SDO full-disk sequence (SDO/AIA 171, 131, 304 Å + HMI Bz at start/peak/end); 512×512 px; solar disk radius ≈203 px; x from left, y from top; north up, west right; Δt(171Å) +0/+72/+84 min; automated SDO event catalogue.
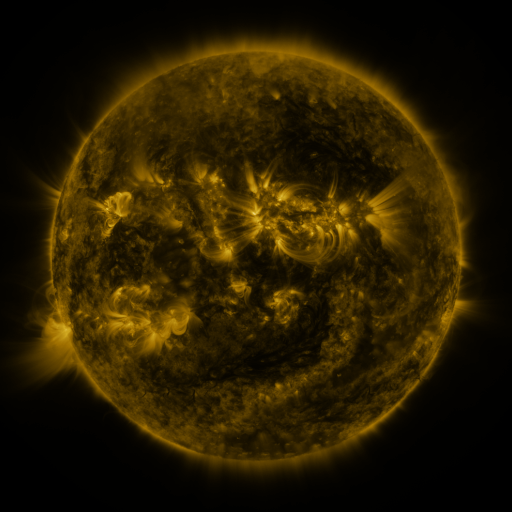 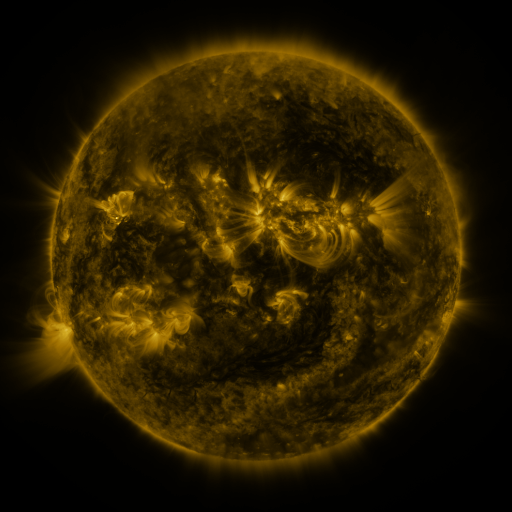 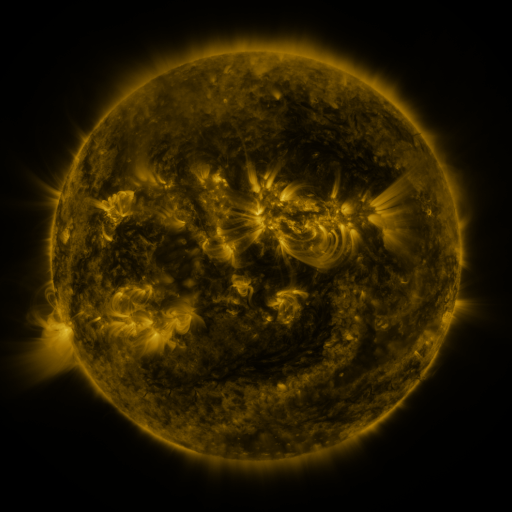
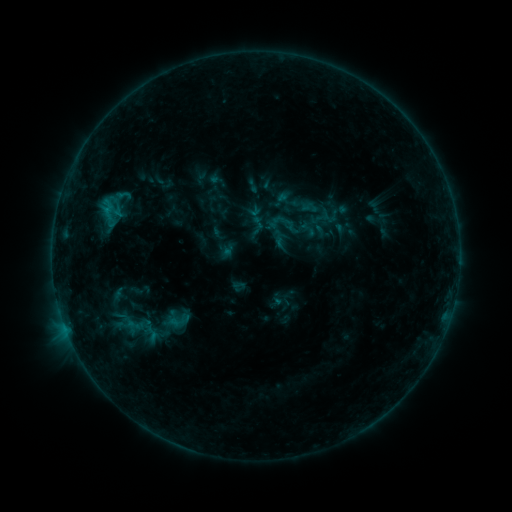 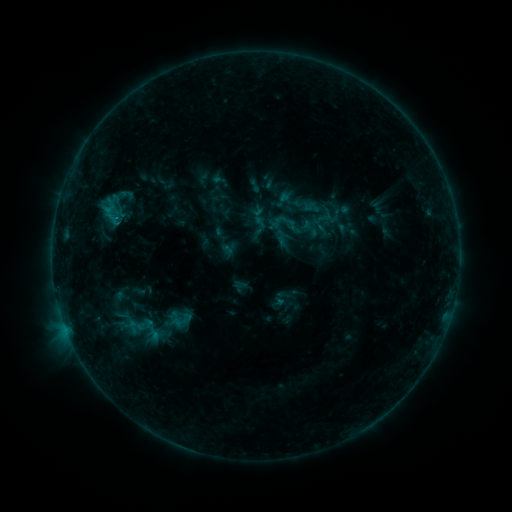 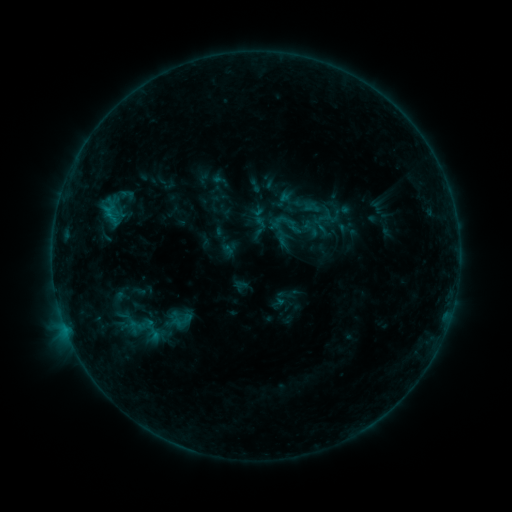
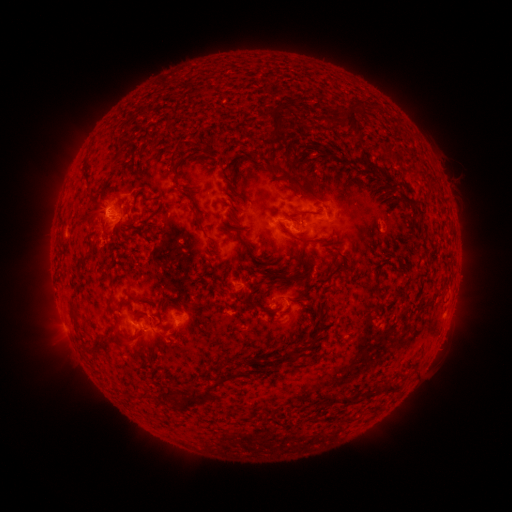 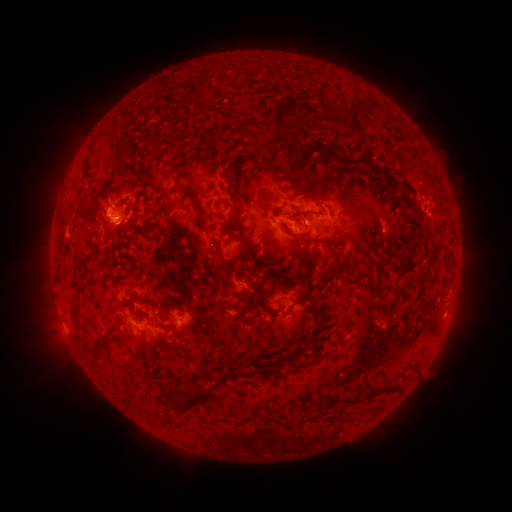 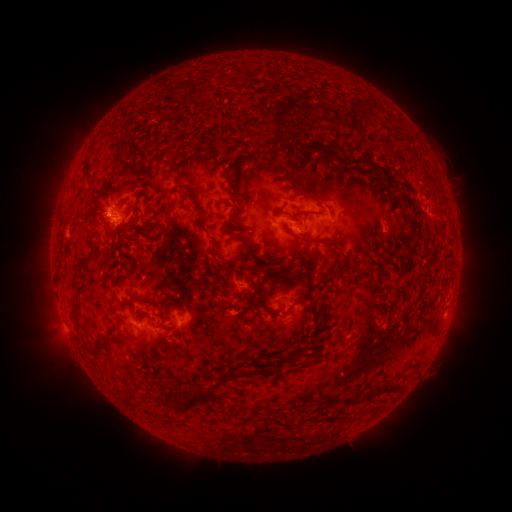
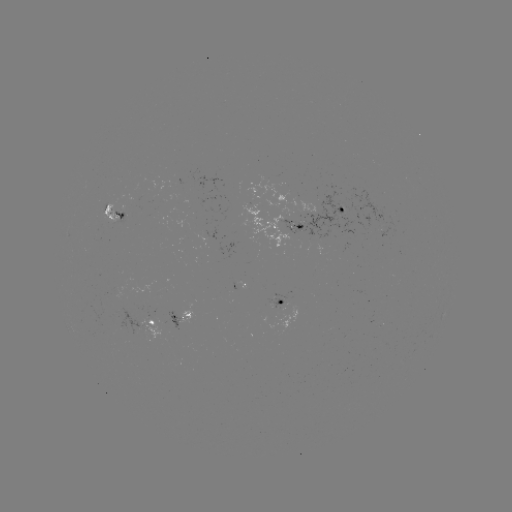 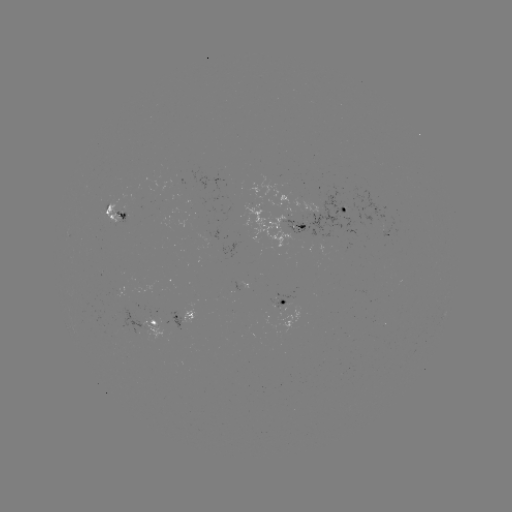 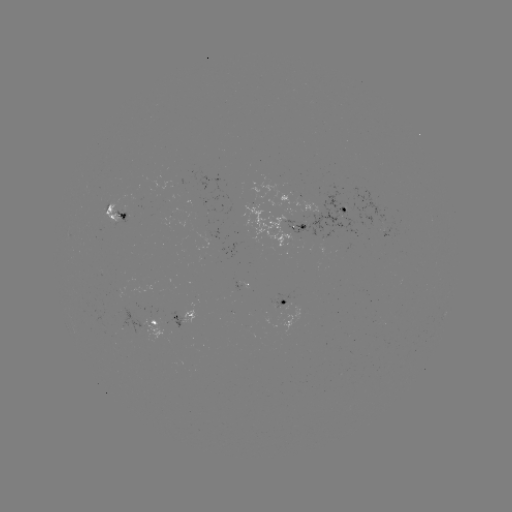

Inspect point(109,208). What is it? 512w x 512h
emerging-flux region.